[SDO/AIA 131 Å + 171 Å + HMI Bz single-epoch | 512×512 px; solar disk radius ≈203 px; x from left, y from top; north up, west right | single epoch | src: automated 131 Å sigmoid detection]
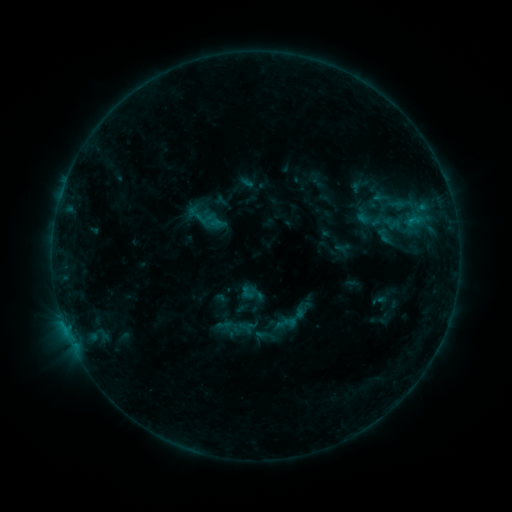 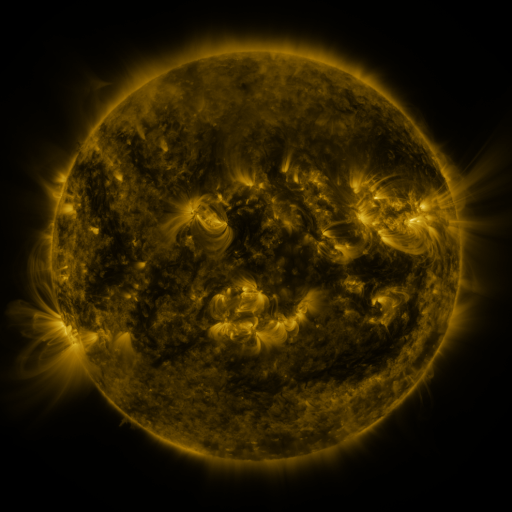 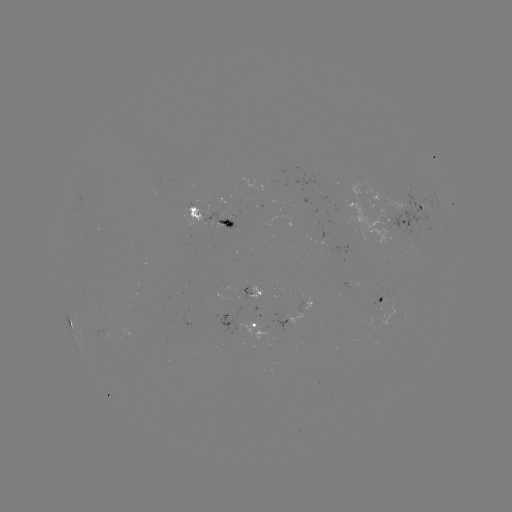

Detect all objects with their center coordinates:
sigmoid: (416, 215)
sigmoid: (224, 326)
